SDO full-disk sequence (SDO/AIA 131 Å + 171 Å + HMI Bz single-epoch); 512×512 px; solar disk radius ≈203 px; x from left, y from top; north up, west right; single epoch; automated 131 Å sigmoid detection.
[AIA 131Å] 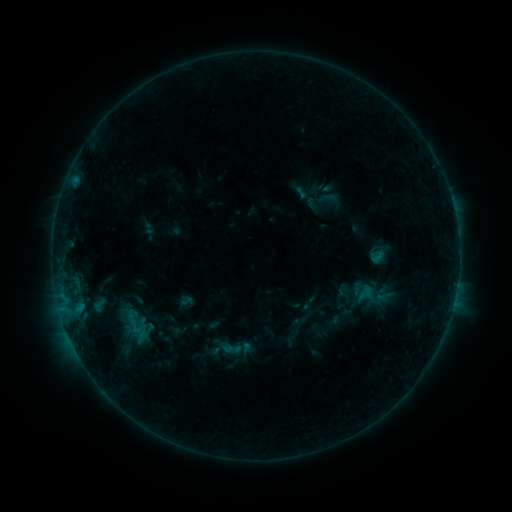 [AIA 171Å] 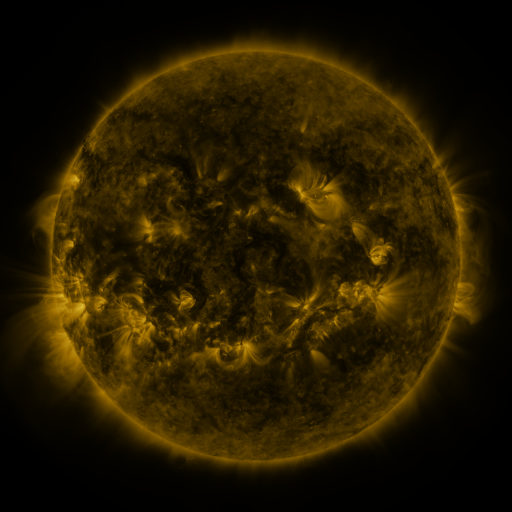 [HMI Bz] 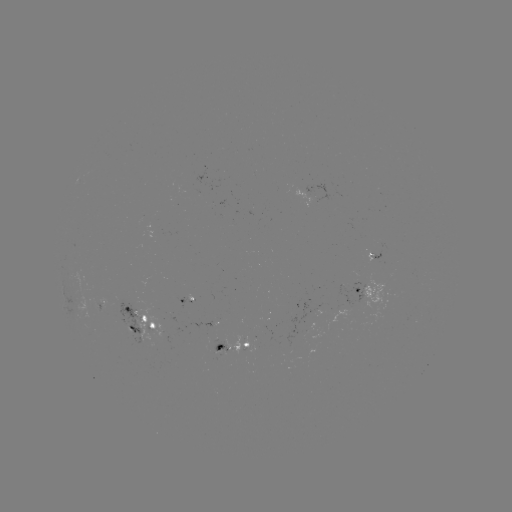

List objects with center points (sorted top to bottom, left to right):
sigmoid: (365, 293)
sigmoid: (236, 348)
